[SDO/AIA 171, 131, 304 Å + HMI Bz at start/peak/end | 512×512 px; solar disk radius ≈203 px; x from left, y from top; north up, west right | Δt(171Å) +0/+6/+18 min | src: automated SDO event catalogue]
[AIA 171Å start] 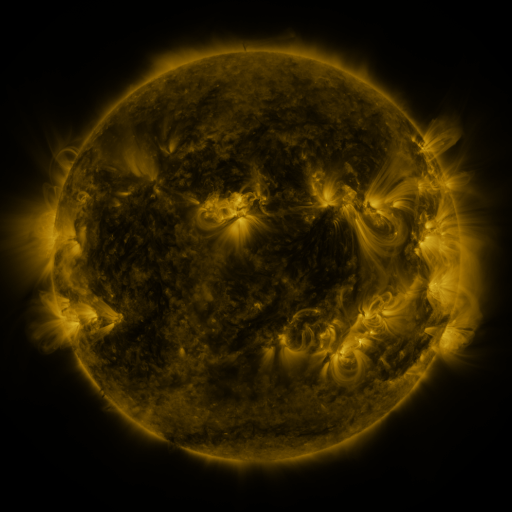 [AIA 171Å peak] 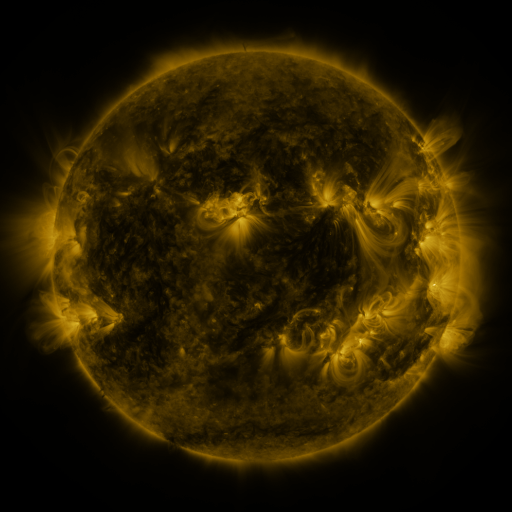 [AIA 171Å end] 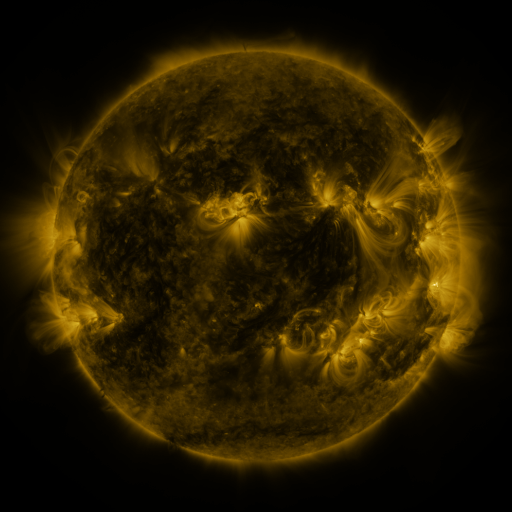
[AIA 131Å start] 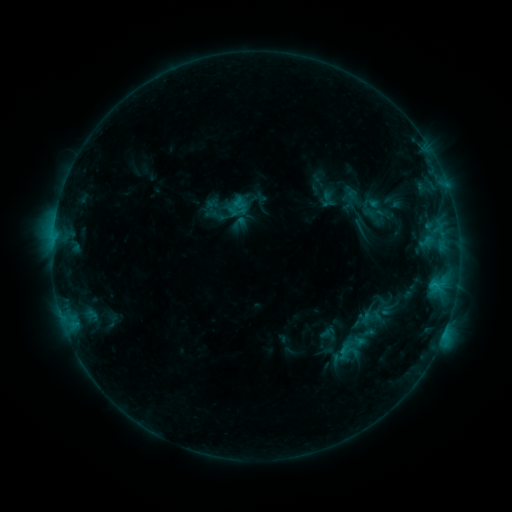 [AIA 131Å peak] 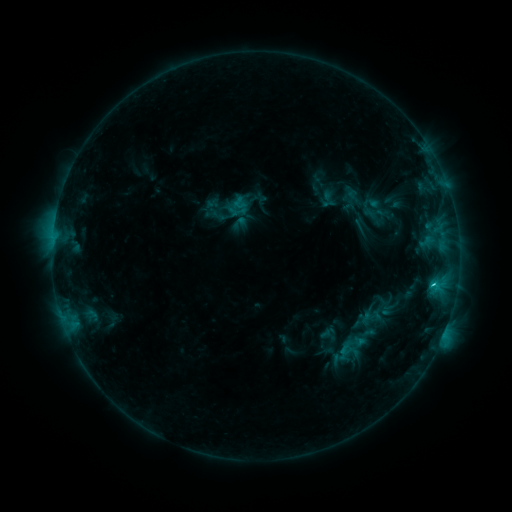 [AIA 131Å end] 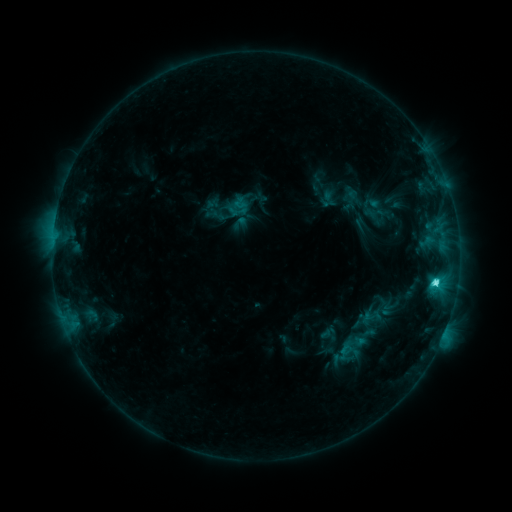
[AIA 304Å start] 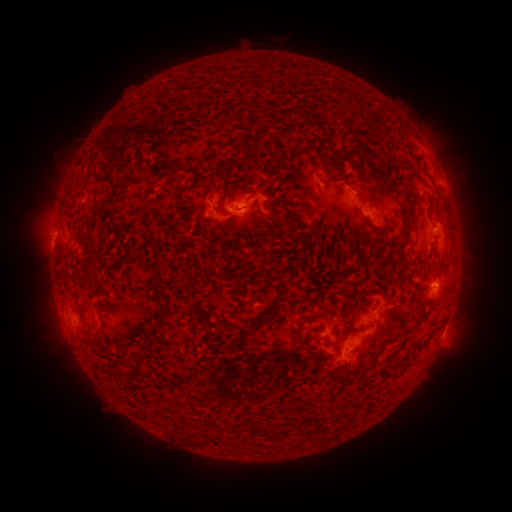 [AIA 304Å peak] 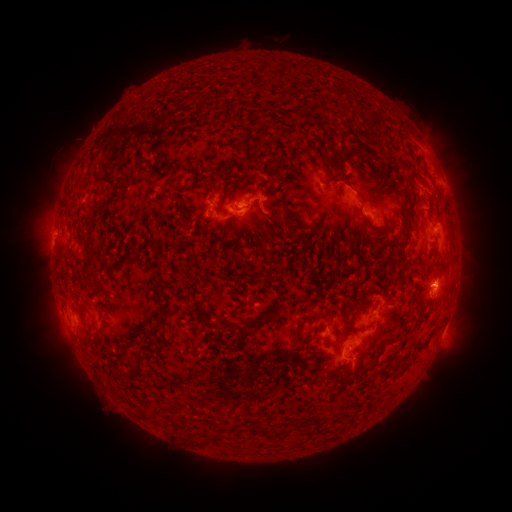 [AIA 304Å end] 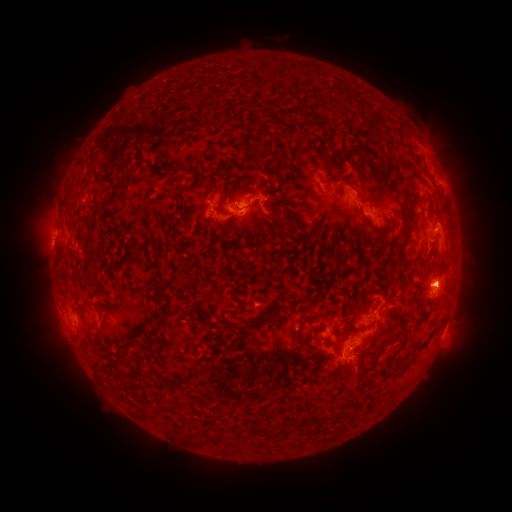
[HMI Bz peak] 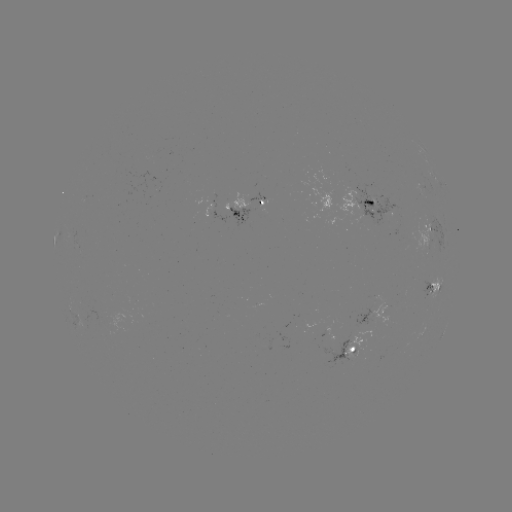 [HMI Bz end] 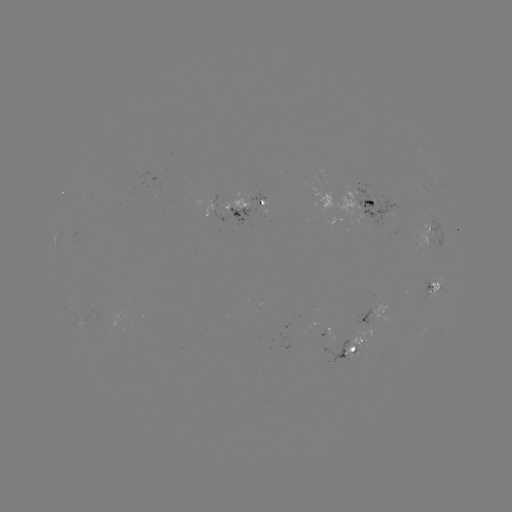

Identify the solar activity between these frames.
C6.3 flare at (433, 284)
